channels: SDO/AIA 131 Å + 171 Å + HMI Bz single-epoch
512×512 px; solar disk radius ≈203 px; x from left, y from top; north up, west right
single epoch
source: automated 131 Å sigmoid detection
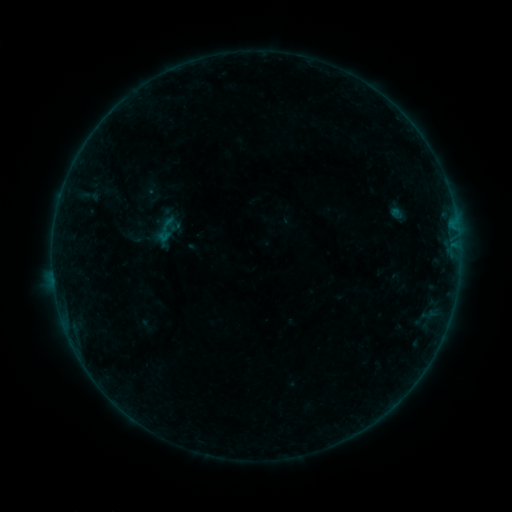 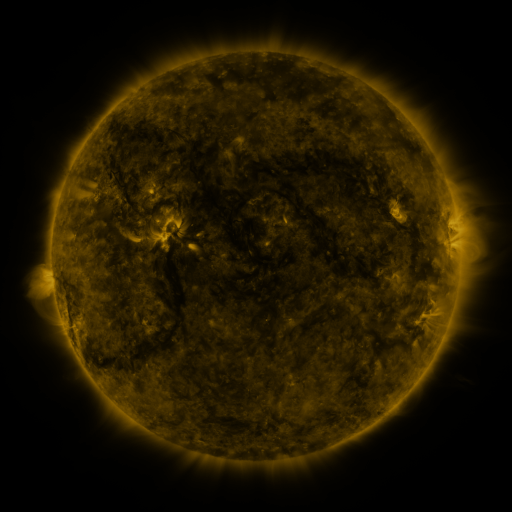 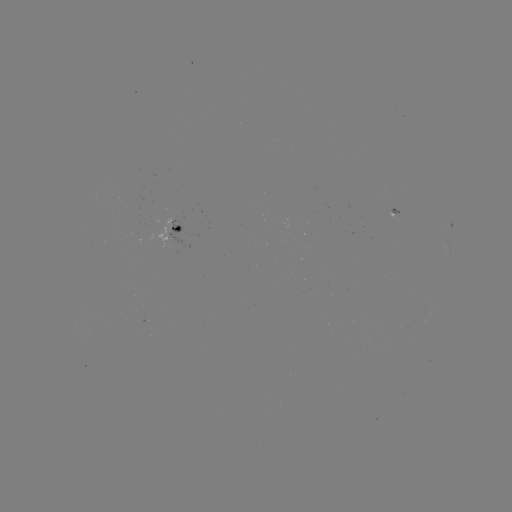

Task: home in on sigmoid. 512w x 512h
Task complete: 166,230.